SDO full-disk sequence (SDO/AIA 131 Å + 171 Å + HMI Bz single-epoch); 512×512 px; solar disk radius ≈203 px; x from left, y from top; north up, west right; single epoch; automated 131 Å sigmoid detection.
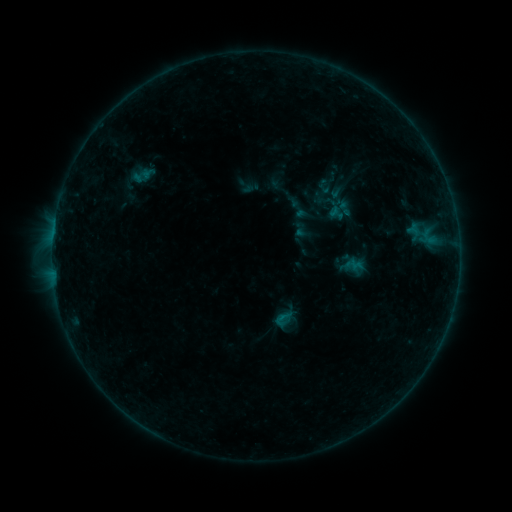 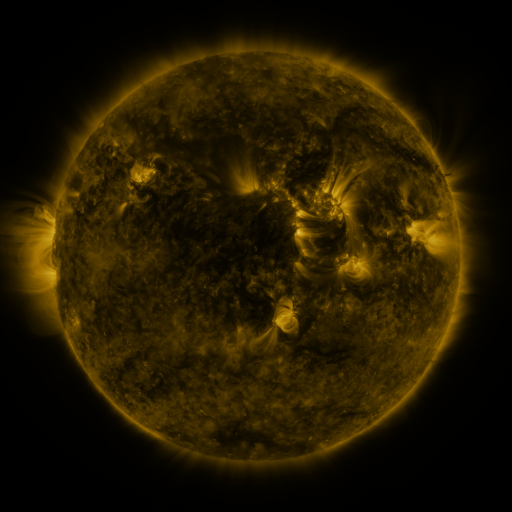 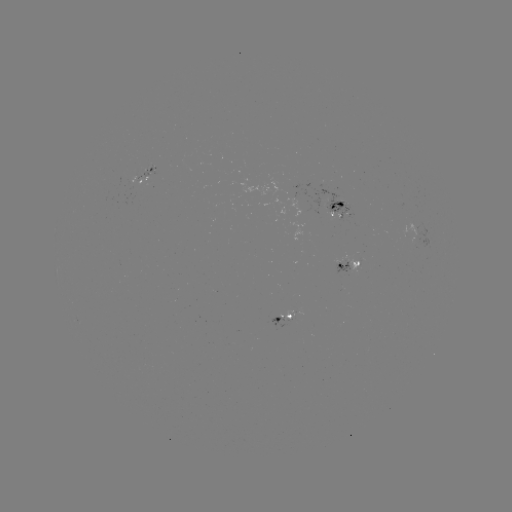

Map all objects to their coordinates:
sigmoid: (283, 319)
